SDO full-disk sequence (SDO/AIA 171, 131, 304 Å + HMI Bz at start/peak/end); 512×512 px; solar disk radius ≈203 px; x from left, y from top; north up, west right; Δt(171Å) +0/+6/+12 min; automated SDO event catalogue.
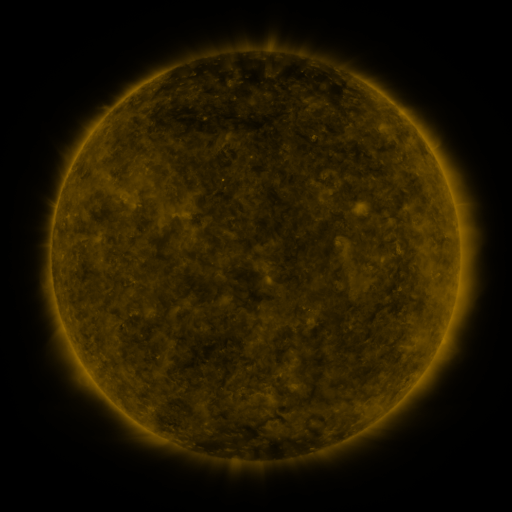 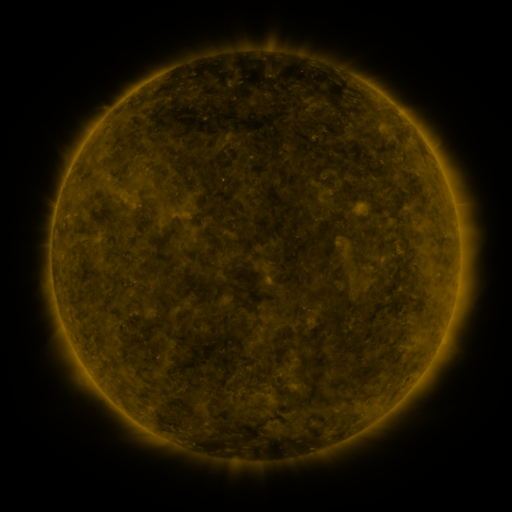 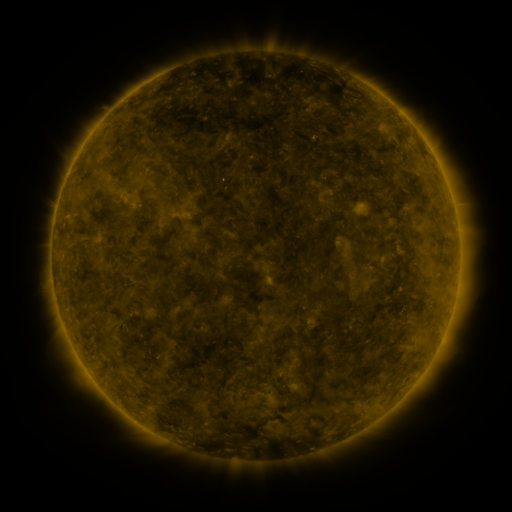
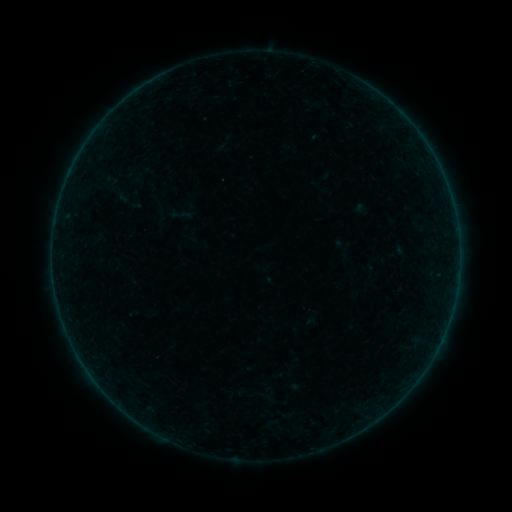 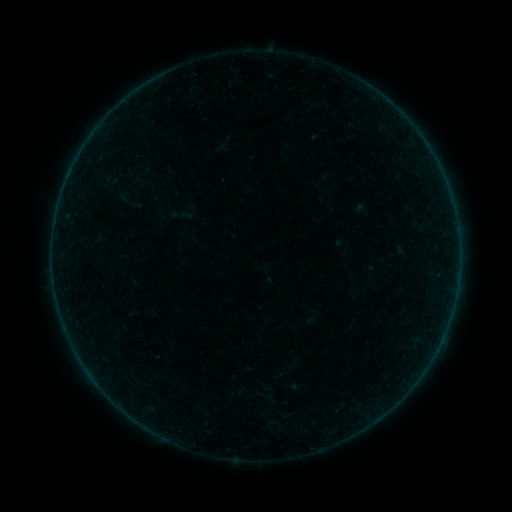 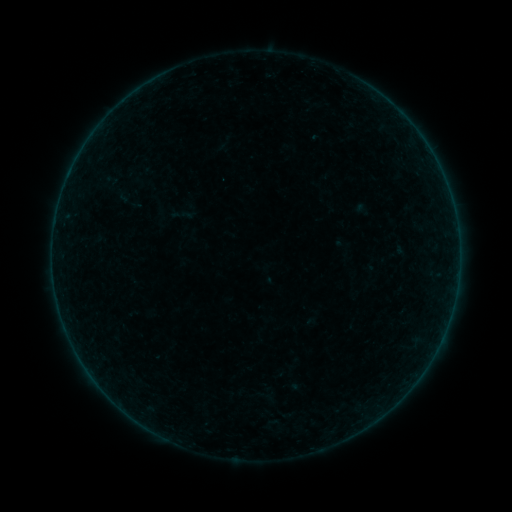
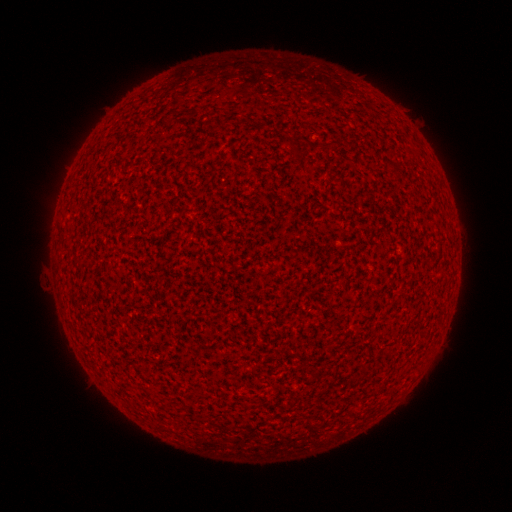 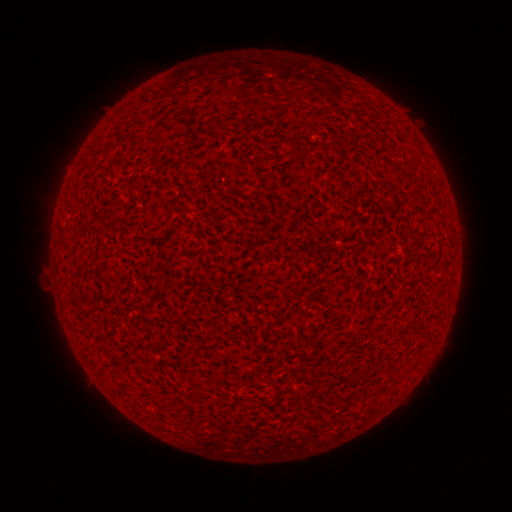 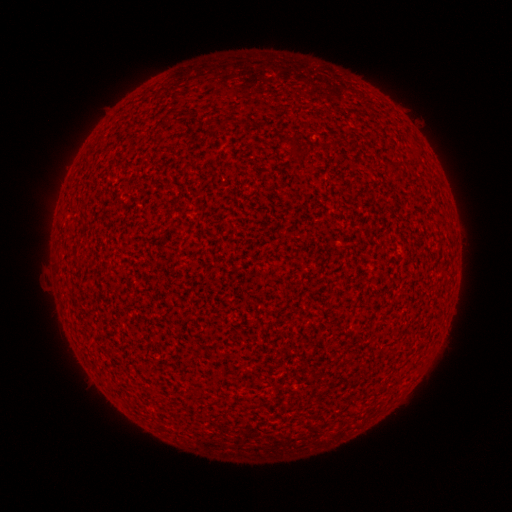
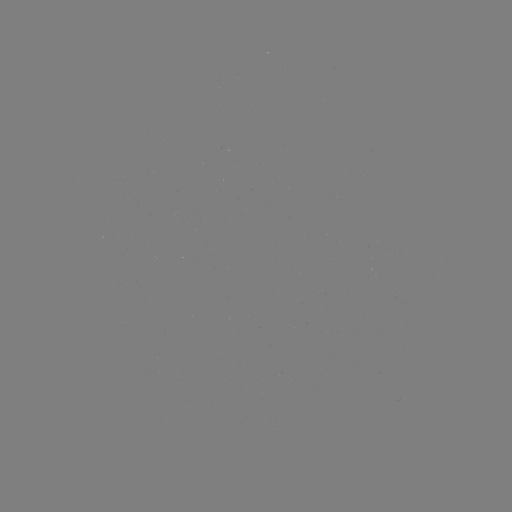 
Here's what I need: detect A1.1 flare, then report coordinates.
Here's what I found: A1.1 flare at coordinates [454, 214].